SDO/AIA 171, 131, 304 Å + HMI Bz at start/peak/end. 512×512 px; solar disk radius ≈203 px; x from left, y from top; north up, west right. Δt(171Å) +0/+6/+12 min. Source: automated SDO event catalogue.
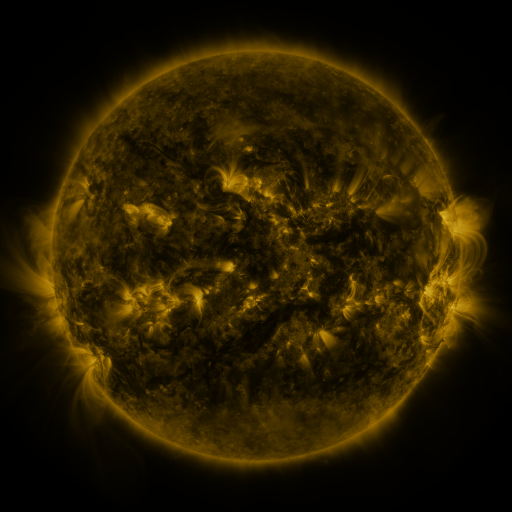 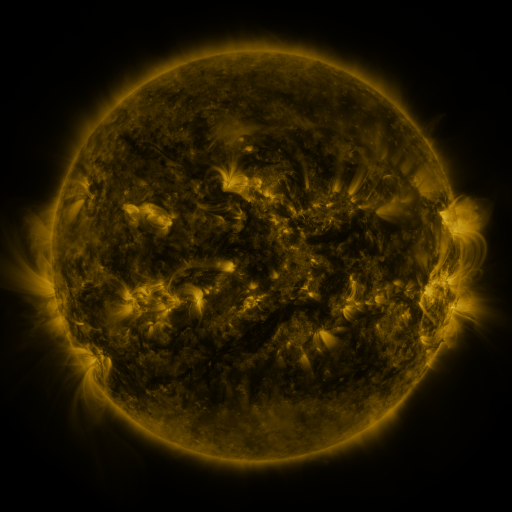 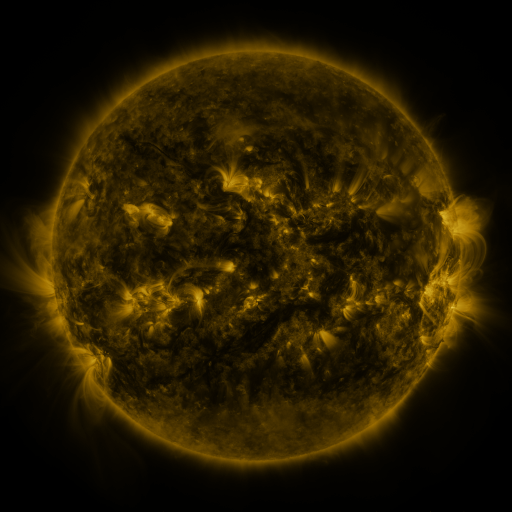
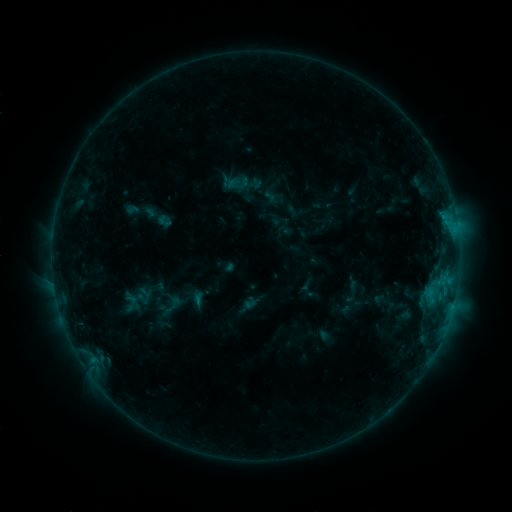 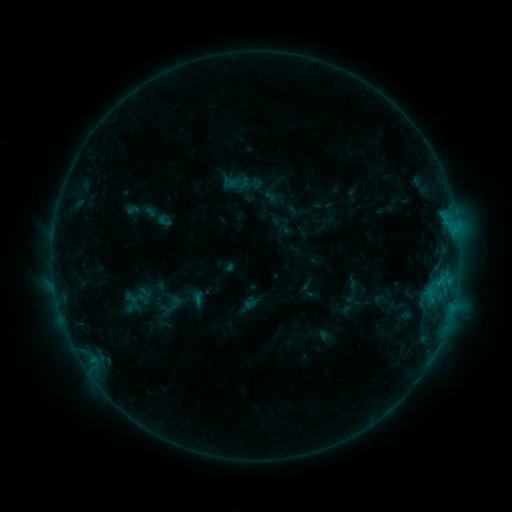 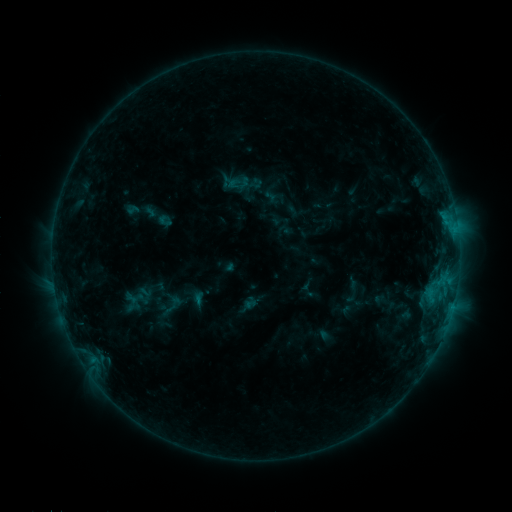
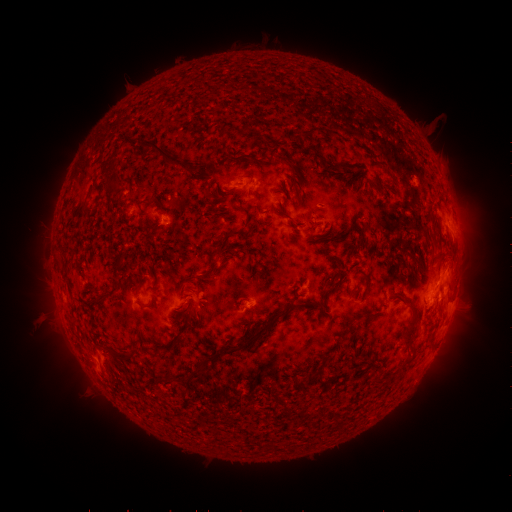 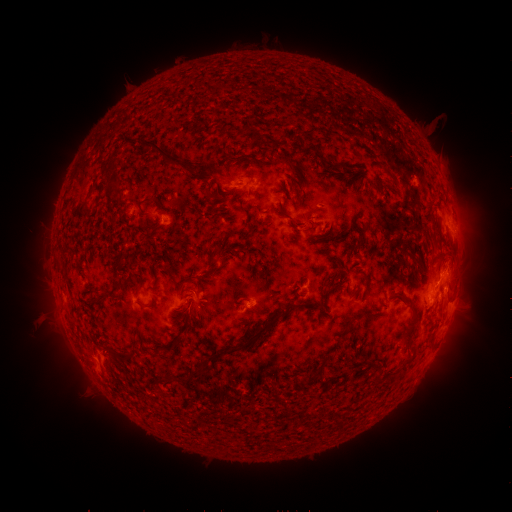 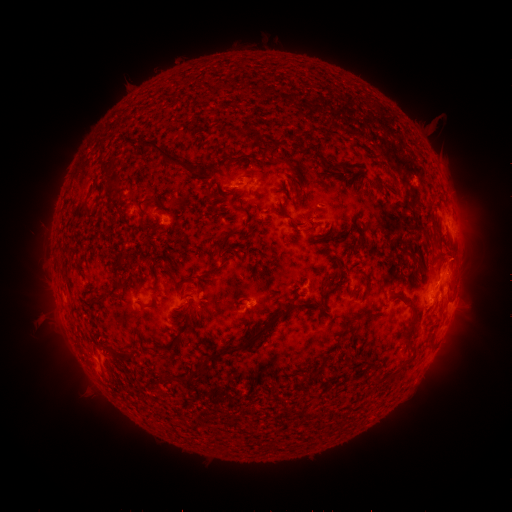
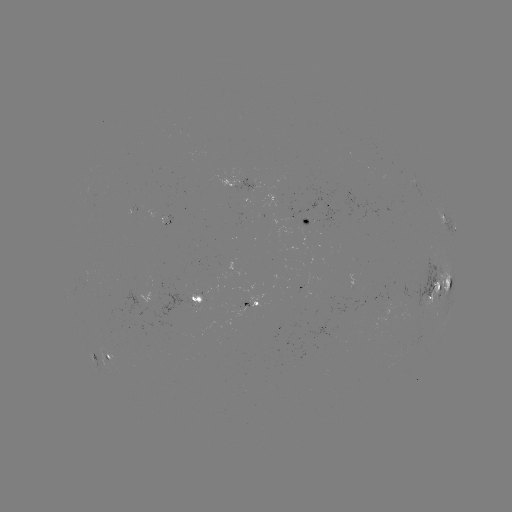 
no classed flare was catalogued and no EUV brightening was flagged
